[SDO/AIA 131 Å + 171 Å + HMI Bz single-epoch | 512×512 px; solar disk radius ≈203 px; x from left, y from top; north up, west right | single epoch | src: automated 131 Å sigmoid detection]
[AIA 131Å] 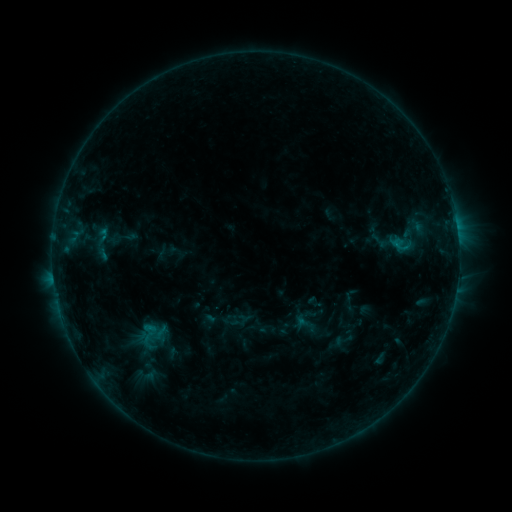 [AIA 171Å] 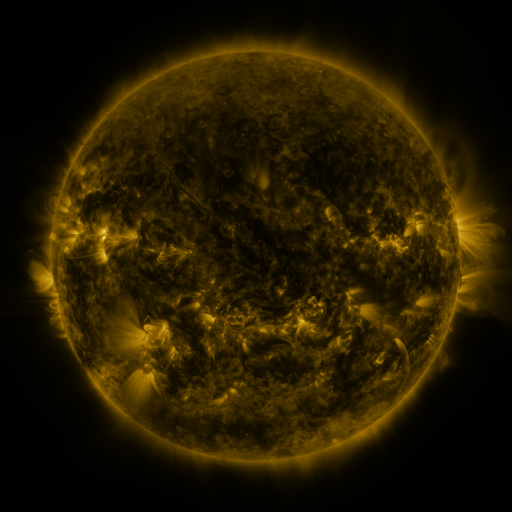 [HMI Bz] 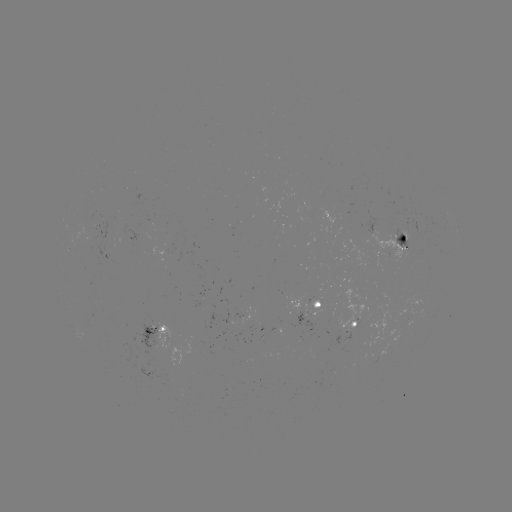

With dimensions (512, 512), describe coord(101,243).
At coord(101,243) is sigmoid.